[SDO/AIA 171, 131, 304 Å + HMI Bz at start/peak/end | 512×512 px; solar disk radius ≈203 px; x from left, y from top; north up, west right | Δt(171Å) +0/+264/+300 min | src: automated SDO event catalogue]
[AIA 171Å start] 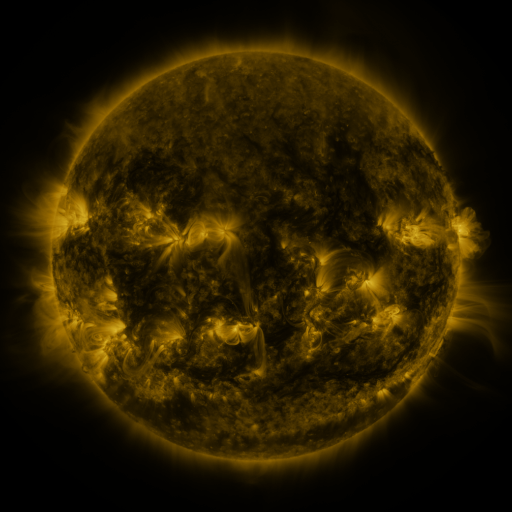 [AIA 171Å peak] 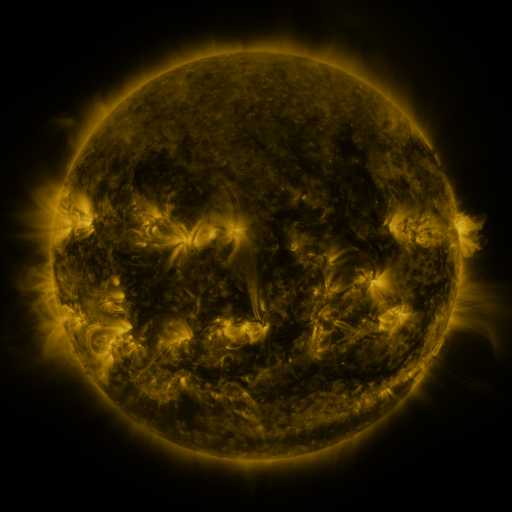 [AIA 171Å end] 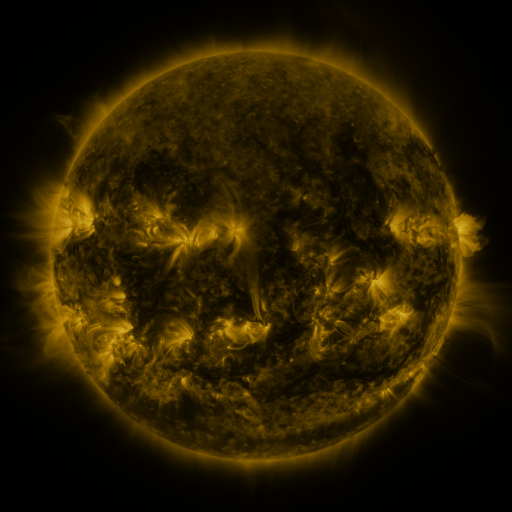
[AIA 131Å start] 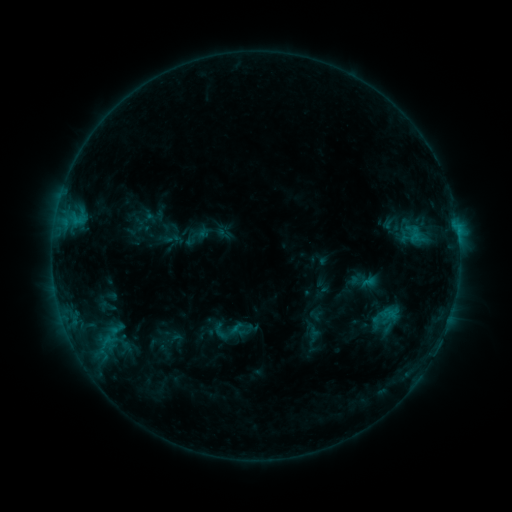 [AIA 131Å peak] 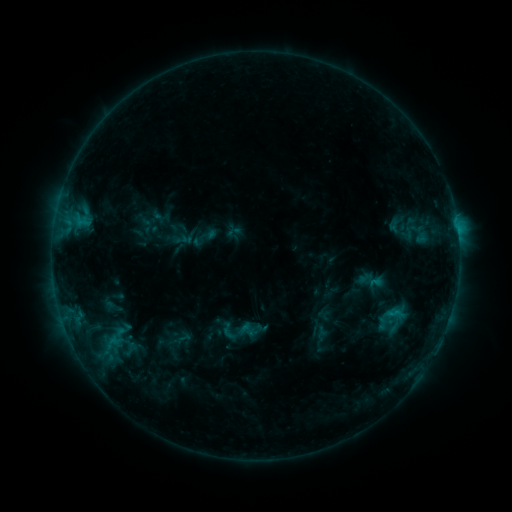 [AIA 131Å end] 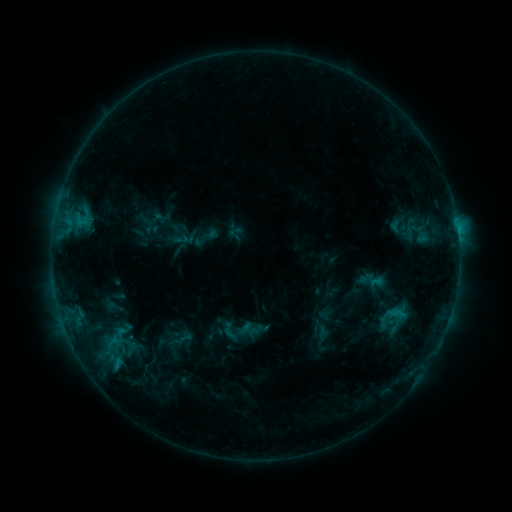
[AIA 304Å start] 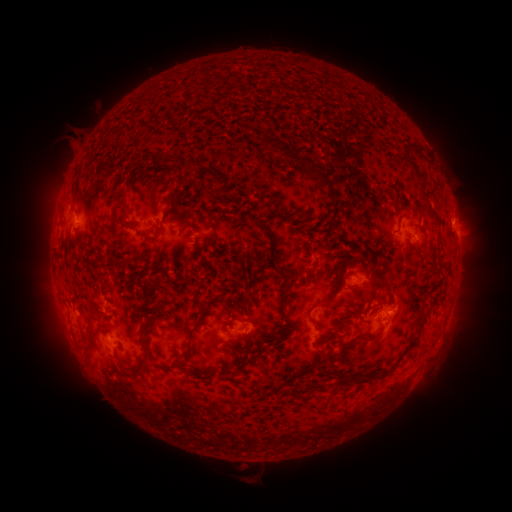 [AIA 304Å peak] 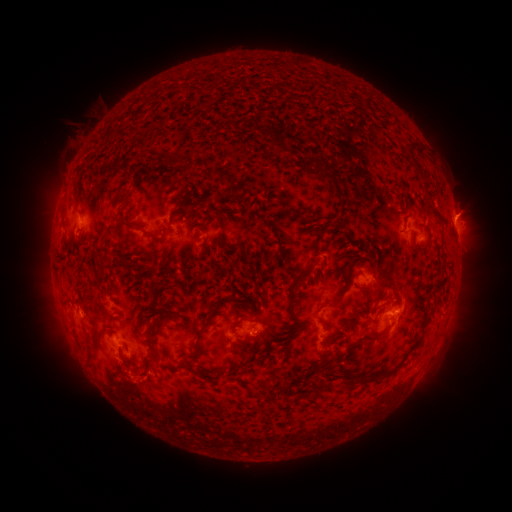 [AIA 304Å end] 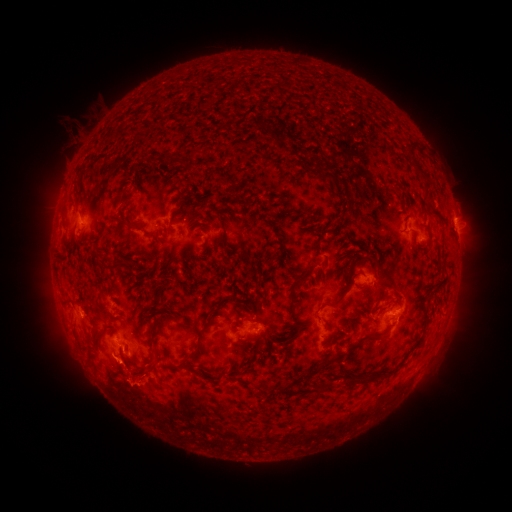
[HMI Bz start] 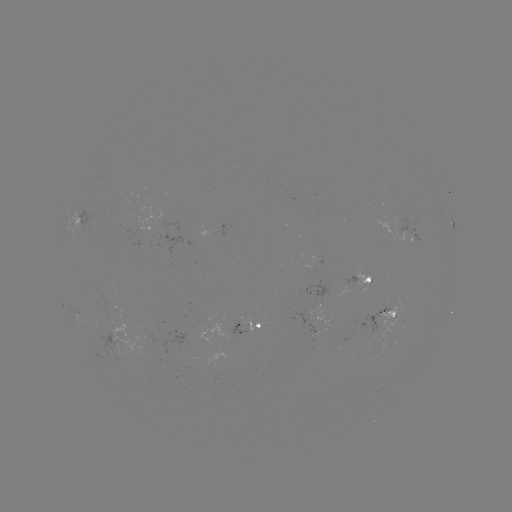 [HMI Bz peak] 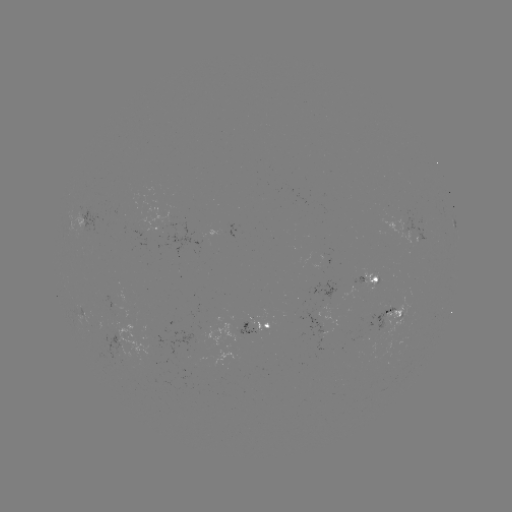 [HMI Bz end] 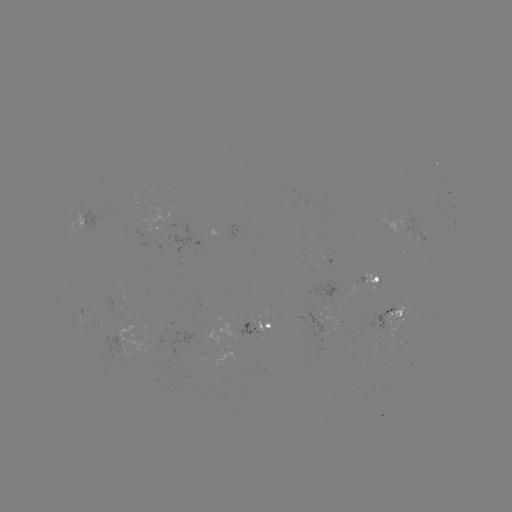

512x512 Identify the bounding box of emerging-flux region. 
[92, 329, 128, 363].